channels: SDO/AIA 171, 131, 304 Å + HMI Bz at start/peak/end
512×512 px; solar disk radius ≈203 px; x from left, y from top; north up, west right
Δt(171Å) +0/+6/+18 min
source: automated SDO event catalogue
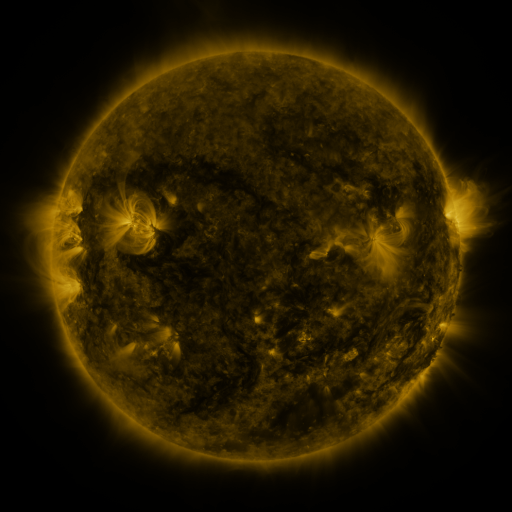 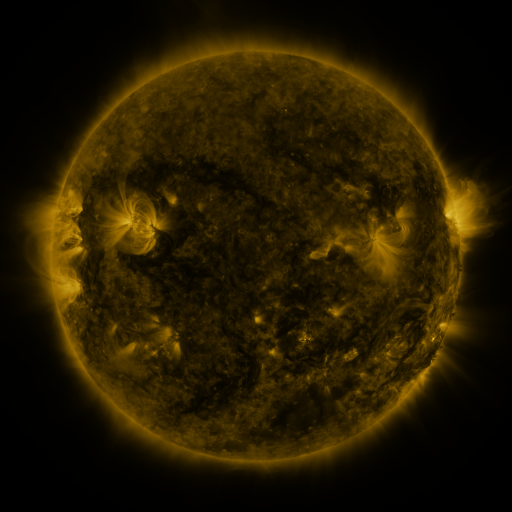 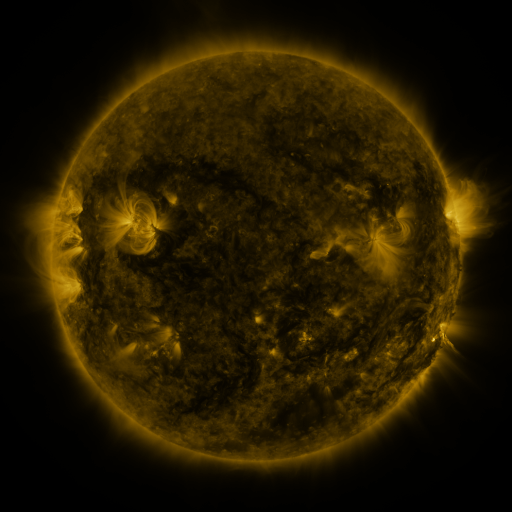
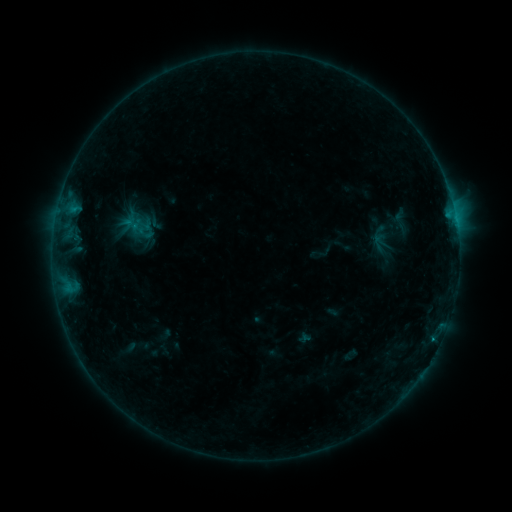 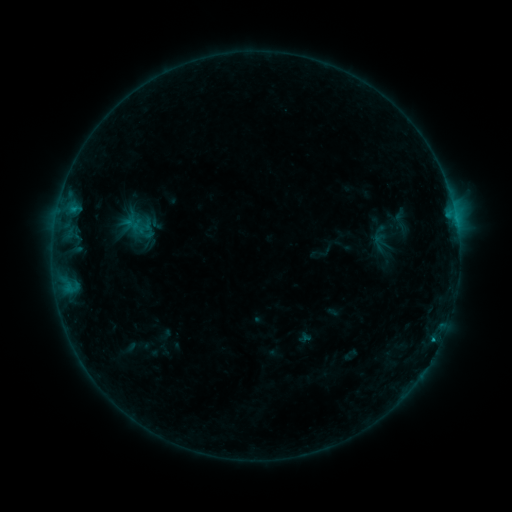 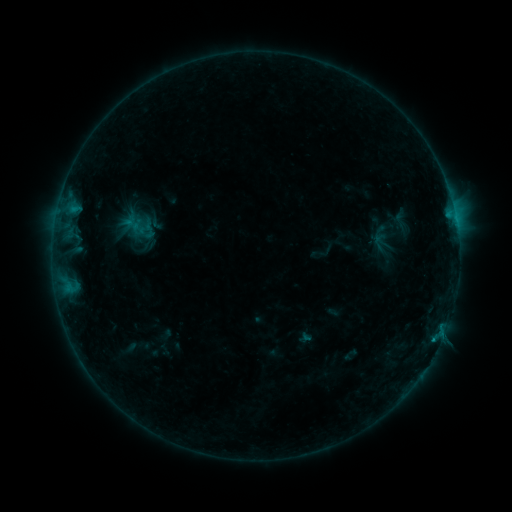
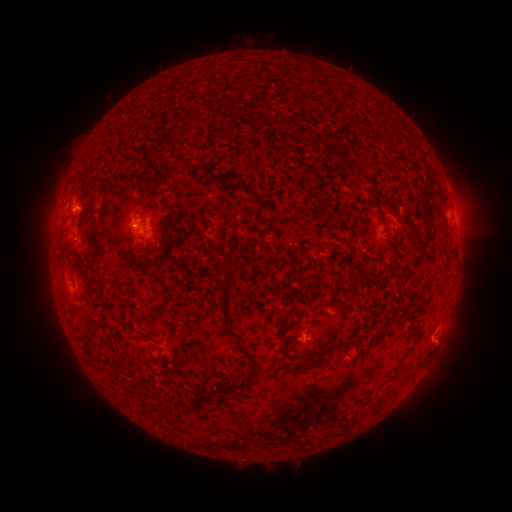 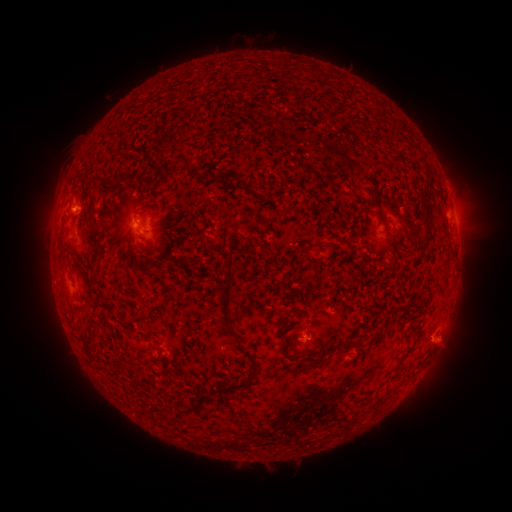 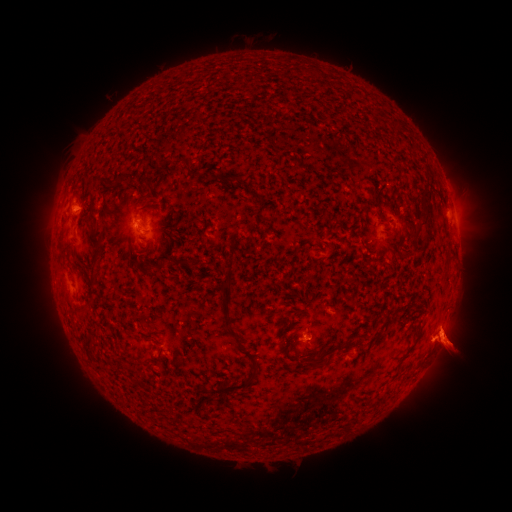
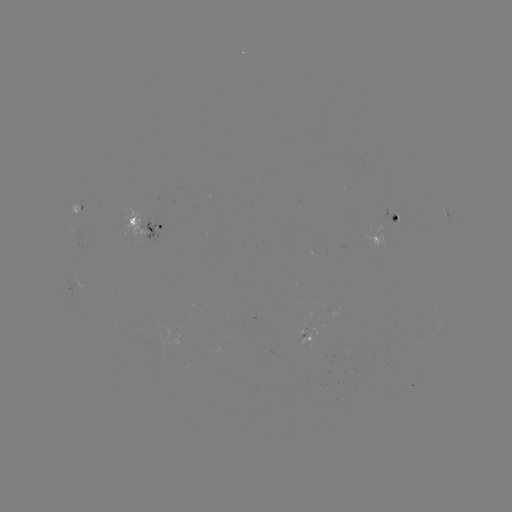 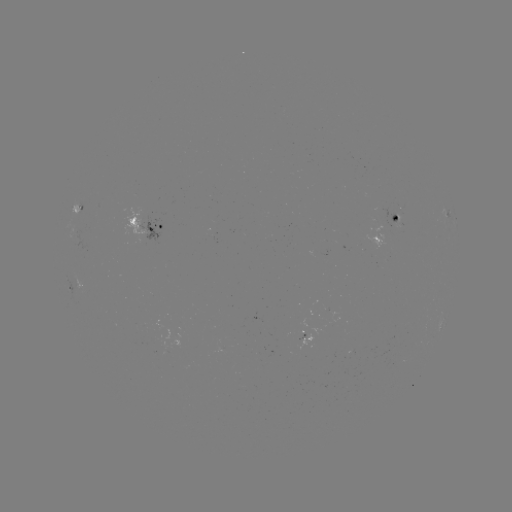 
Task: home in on eruption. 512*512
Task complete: (449, 341).